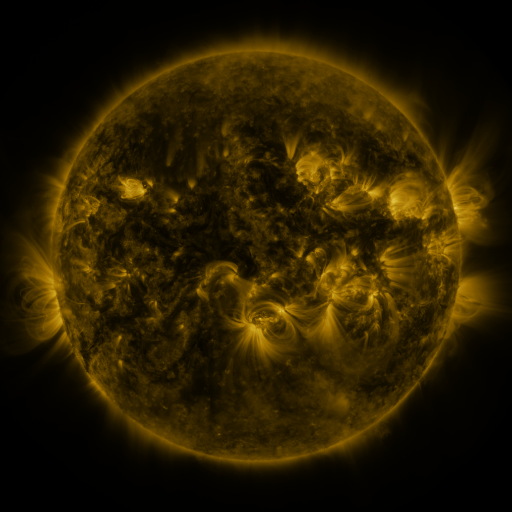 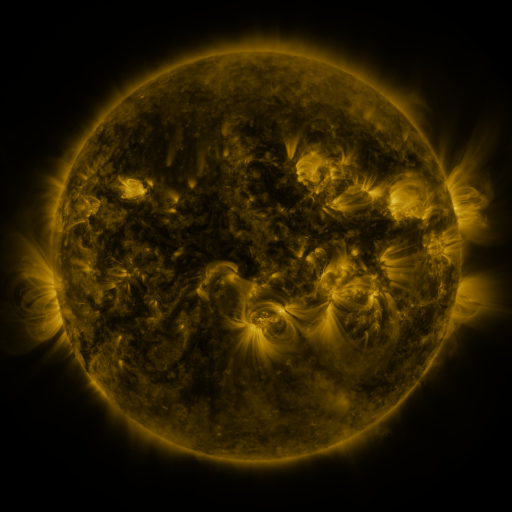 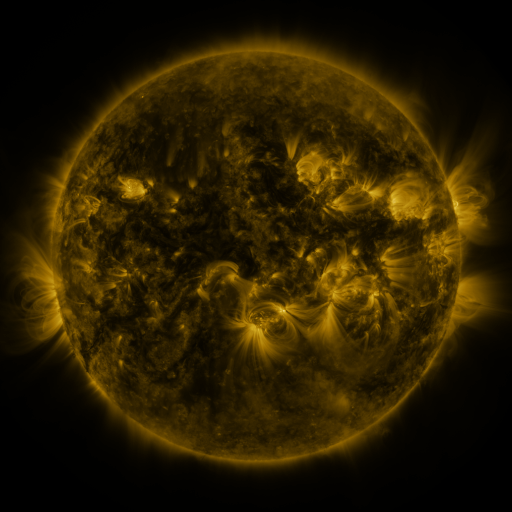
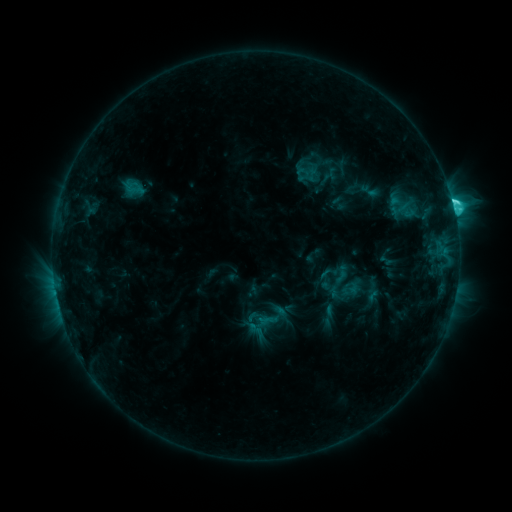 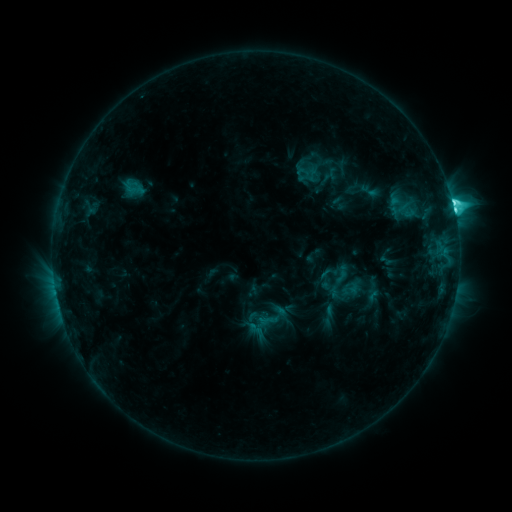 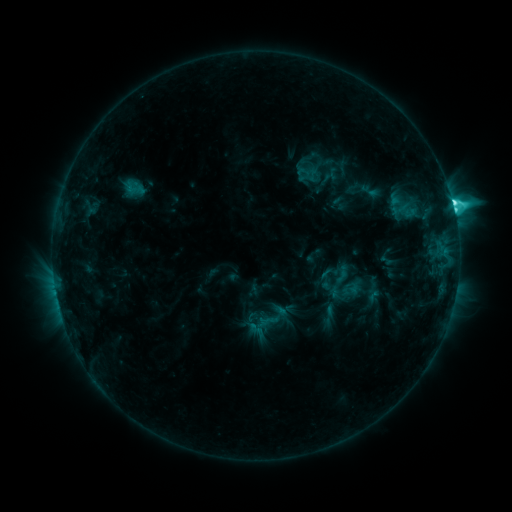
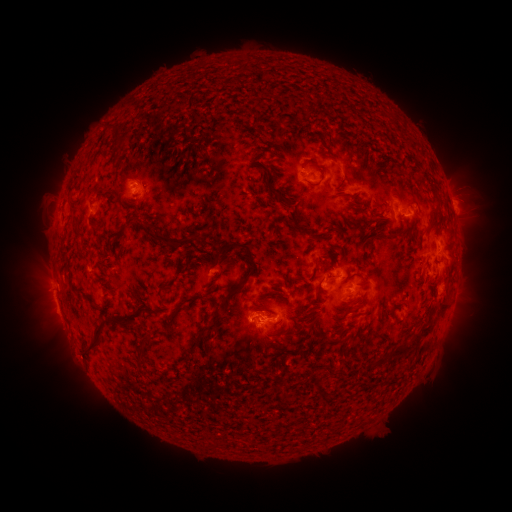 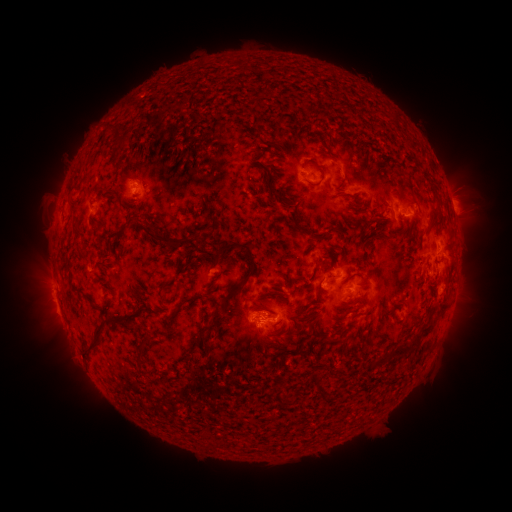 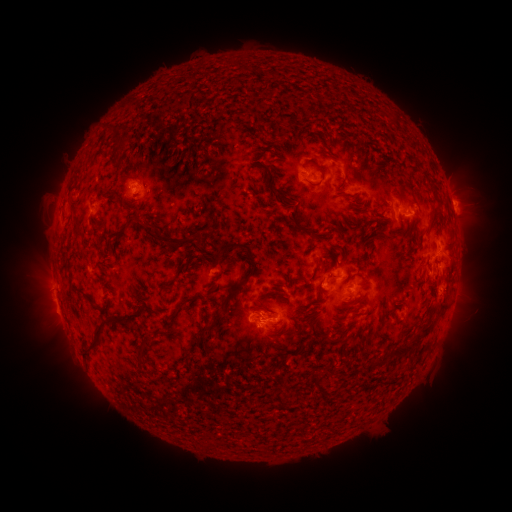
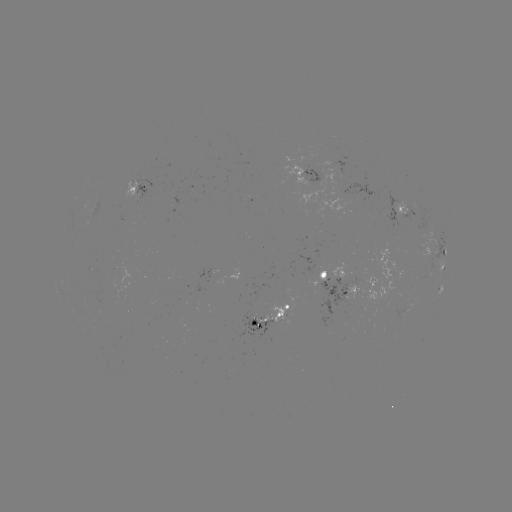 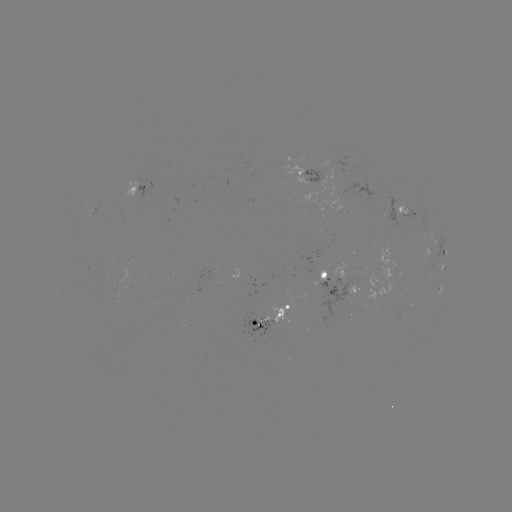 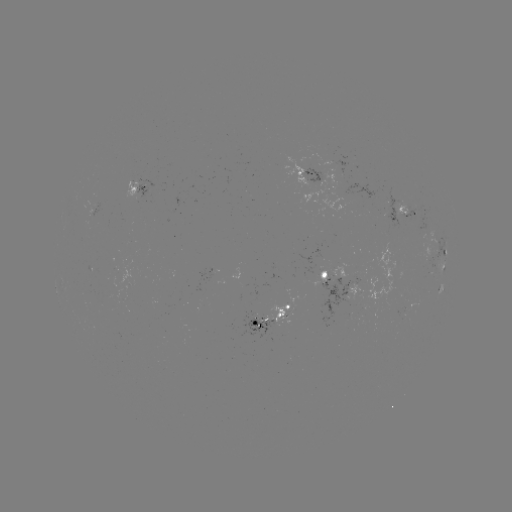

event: flare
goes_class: C7.6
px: (454, 213)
